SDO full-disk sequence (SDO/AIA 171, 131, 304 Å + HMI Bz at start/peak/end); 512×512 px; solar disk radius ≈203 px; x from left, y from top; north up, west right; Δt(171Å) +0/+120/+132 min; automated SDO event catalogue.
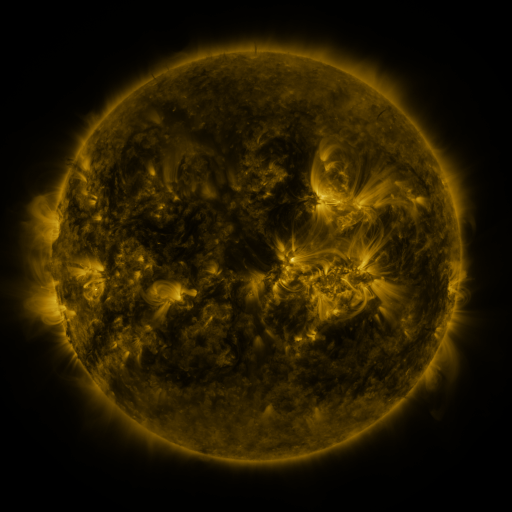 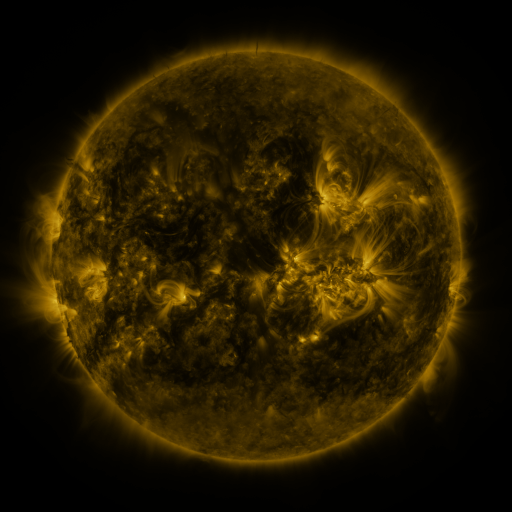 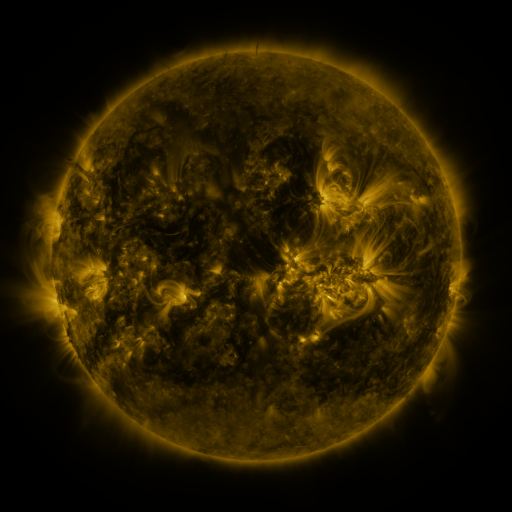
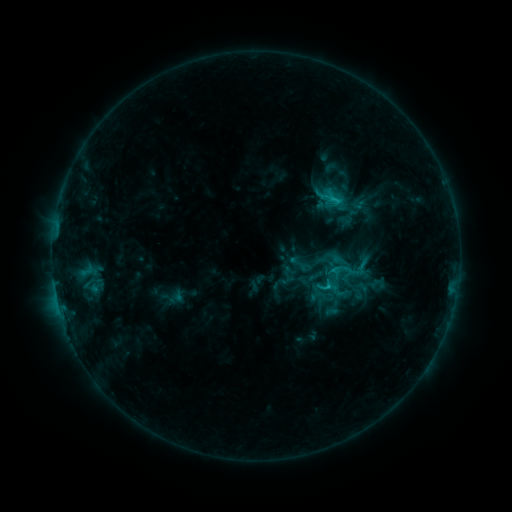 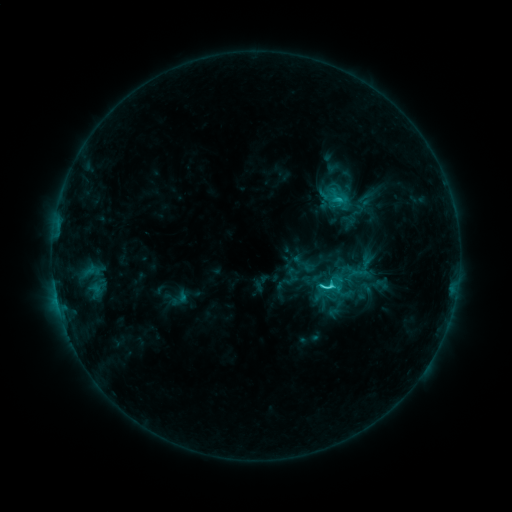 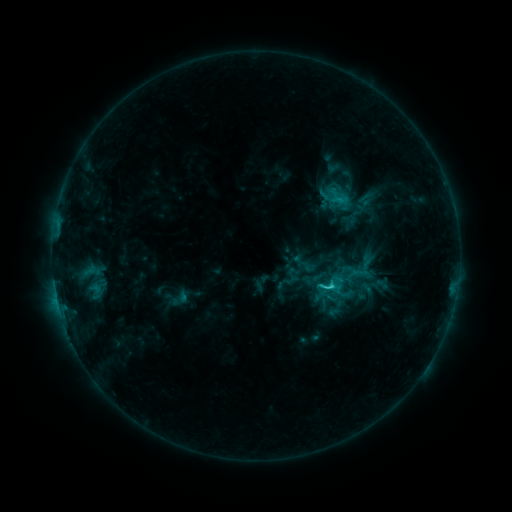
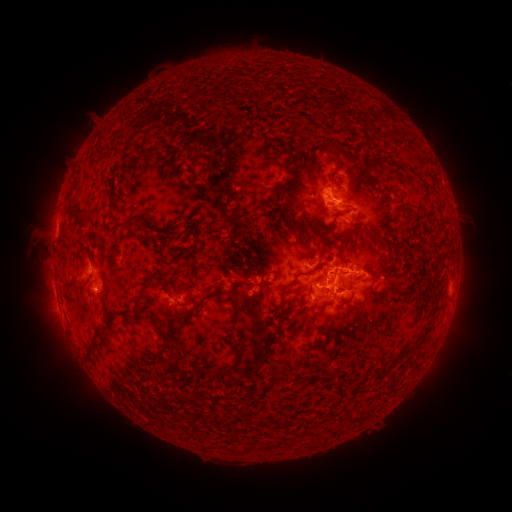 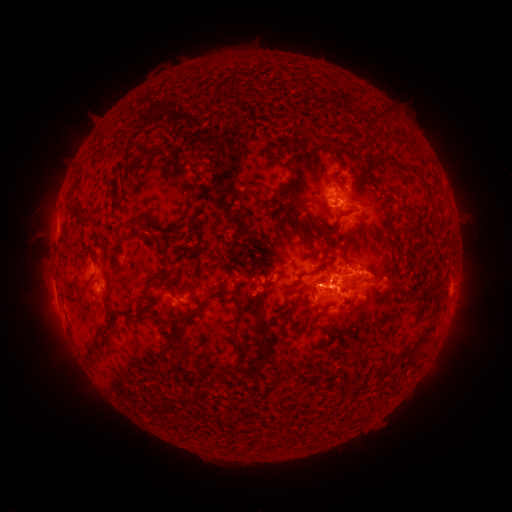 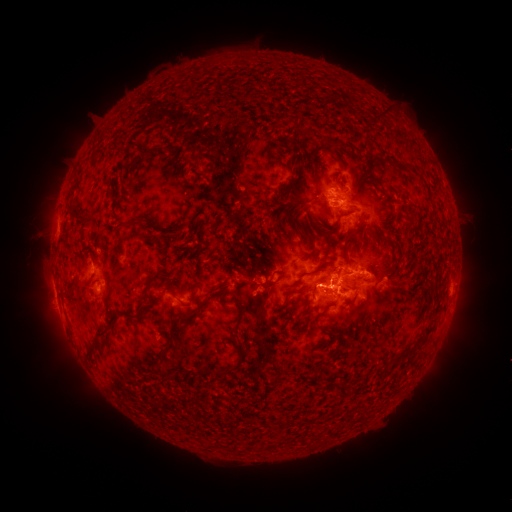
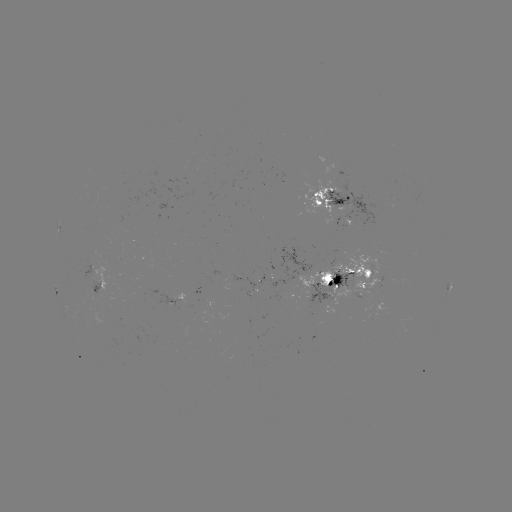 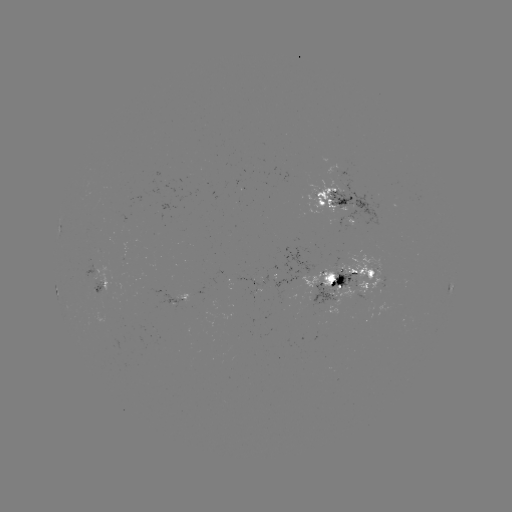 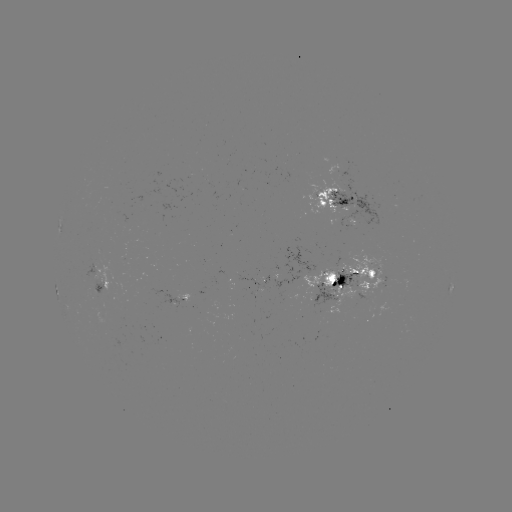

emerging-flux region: <bbox>300, 171, 349, 218</bbox>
